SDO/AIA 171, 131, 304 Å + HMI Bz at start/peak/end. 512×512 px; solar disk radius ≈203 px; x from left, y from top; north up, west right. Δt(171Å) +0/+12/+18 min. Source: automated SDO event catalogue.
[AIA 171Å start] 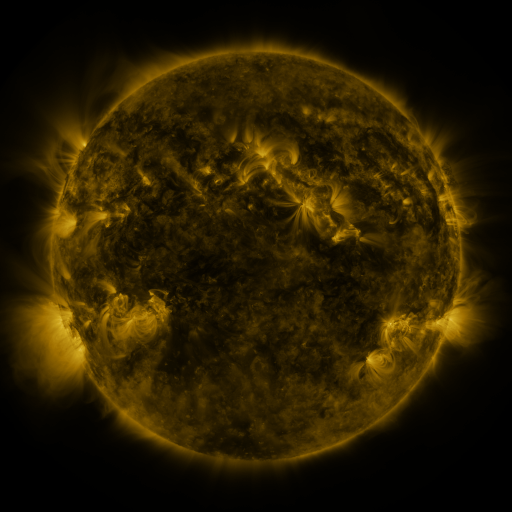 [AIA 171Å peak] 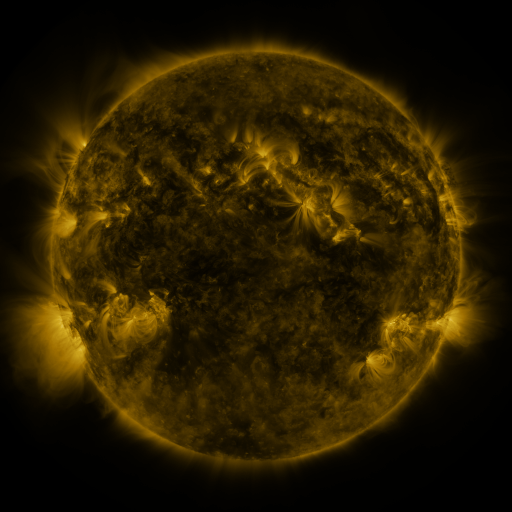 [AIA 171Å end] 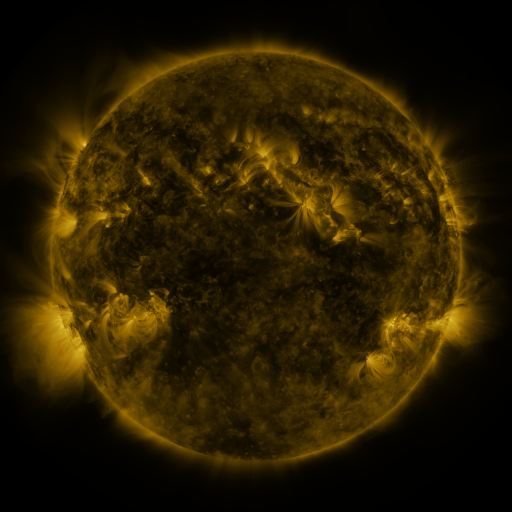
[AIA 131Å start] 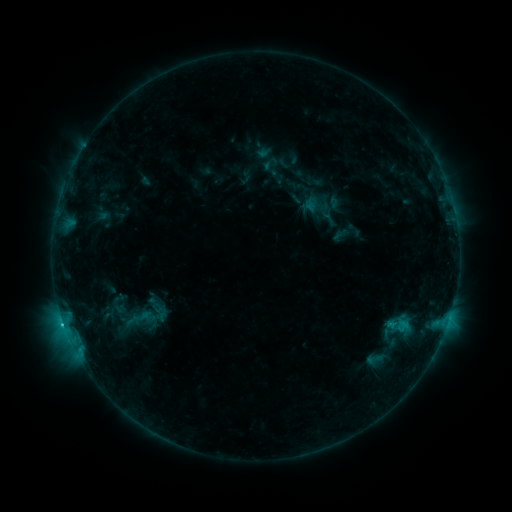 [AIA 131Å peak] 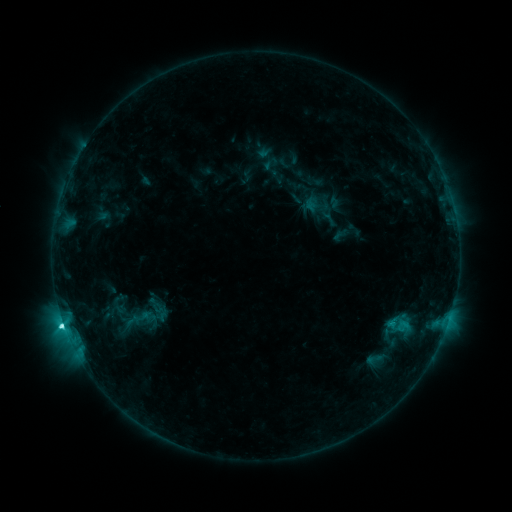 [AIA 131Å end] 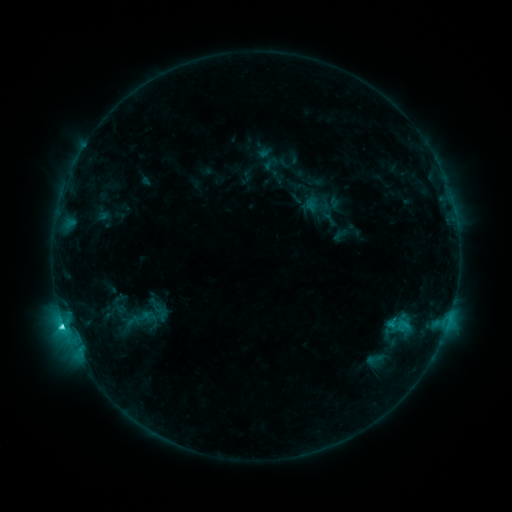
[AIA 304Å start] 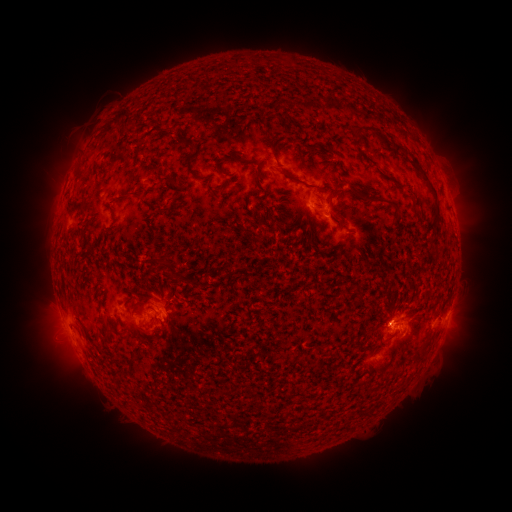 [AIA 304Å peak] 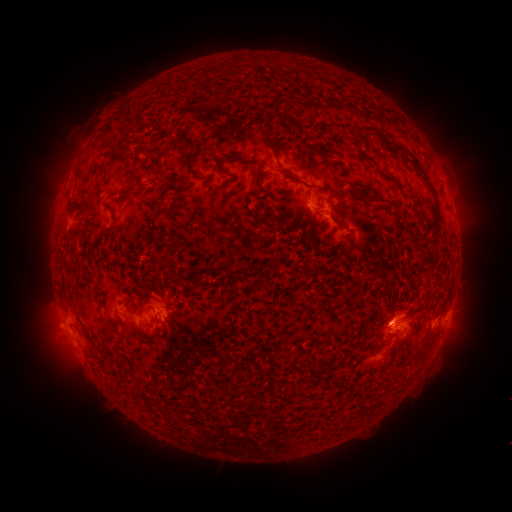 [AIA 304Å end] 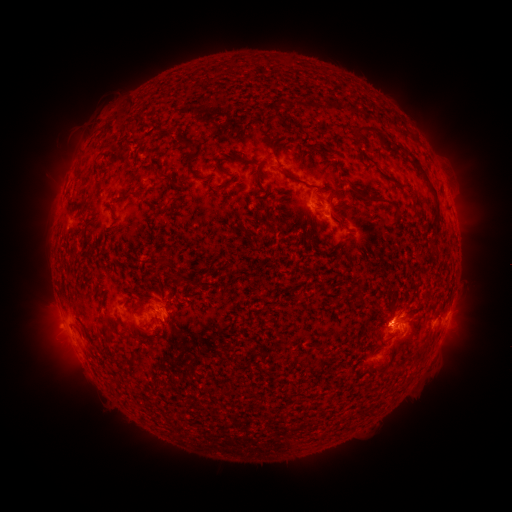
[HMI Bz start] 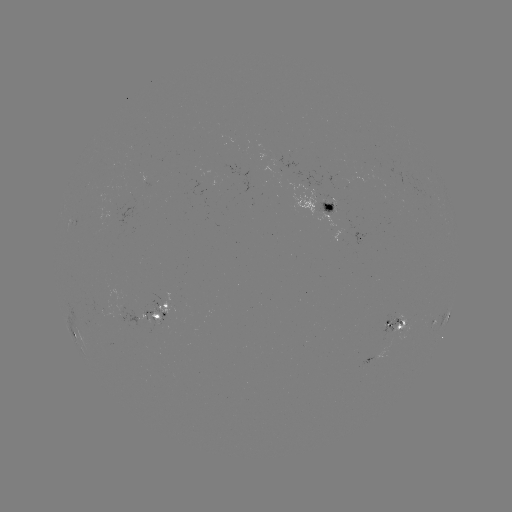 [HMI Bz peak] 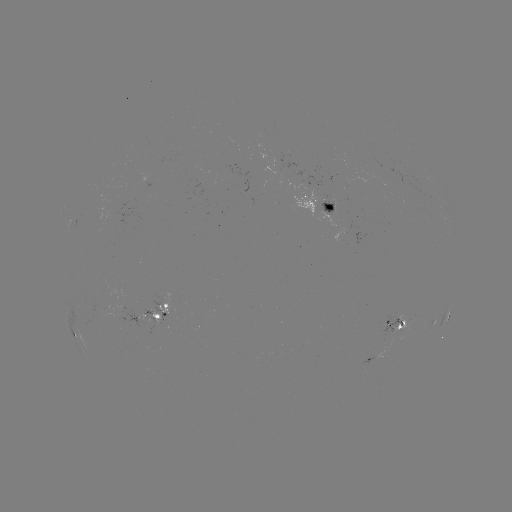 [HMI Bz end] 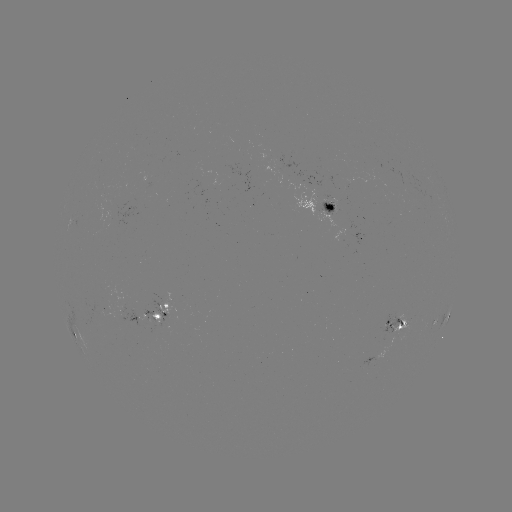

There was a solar flare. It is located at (65, 325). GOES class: C3.8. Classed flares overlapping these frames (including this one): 1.